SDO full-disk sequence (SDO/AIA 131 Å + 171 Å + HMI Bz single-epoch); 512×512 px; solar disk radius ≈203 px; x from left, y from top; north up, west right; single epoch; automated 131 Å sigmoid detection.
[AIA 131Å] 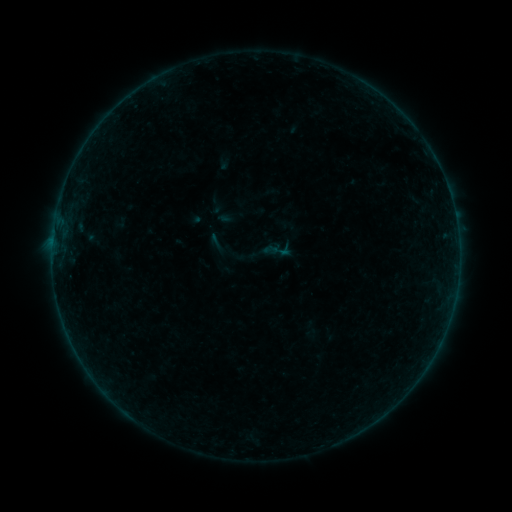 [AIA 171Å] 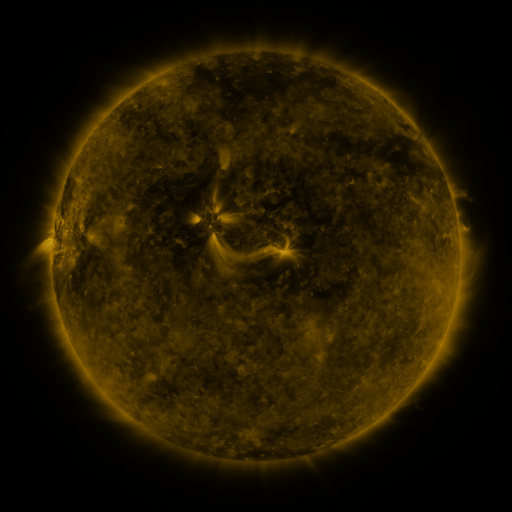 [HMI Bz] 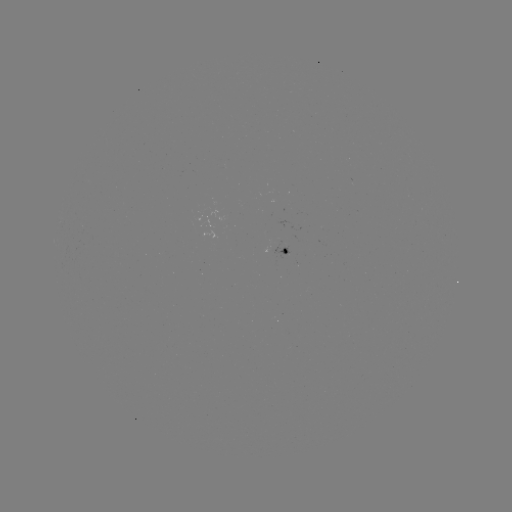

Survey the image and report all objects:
sigmoid: (216, 243)
